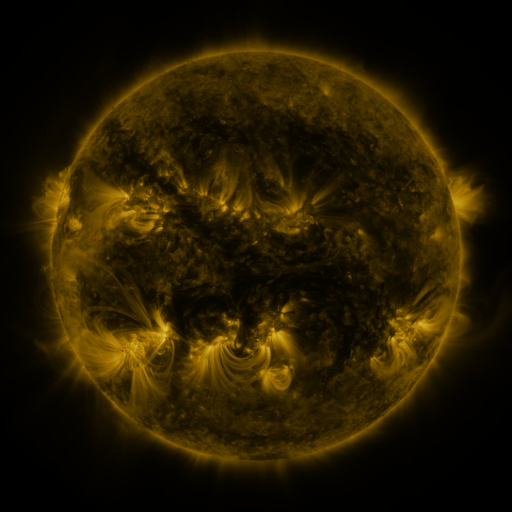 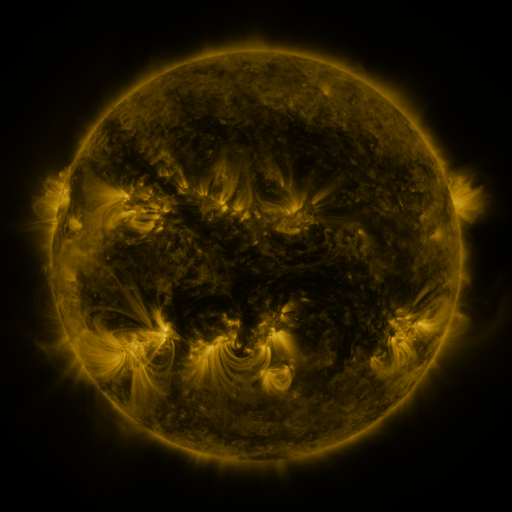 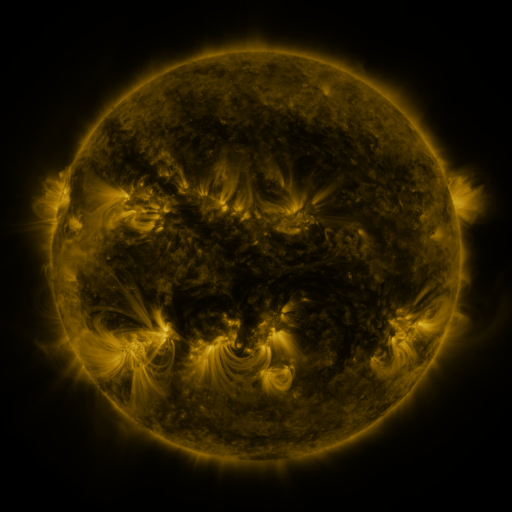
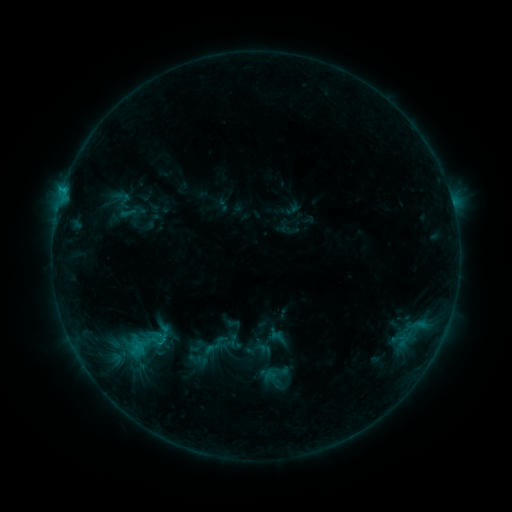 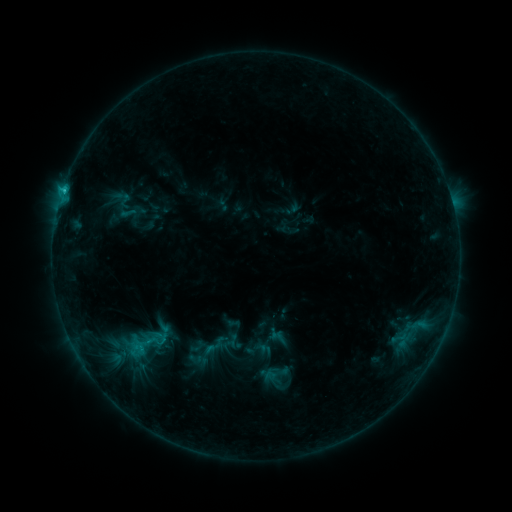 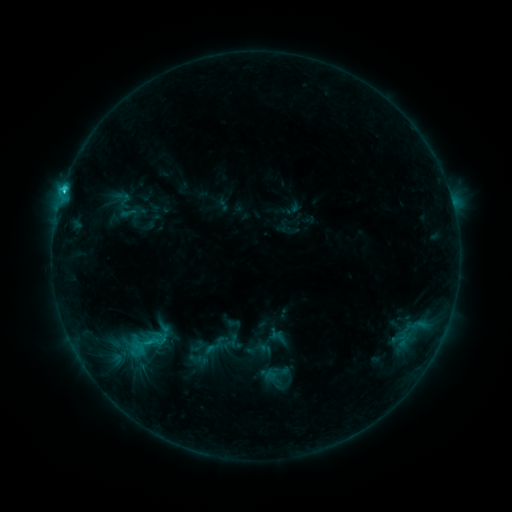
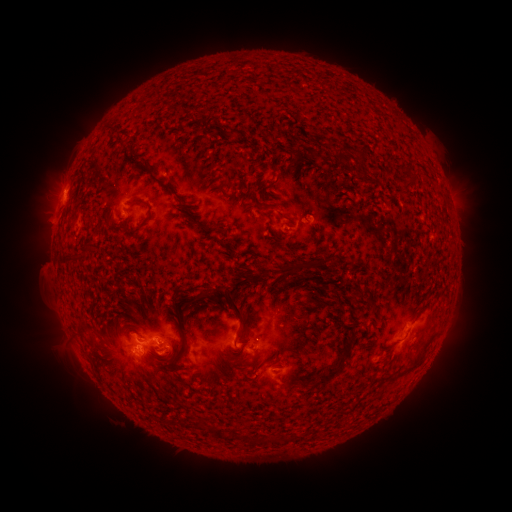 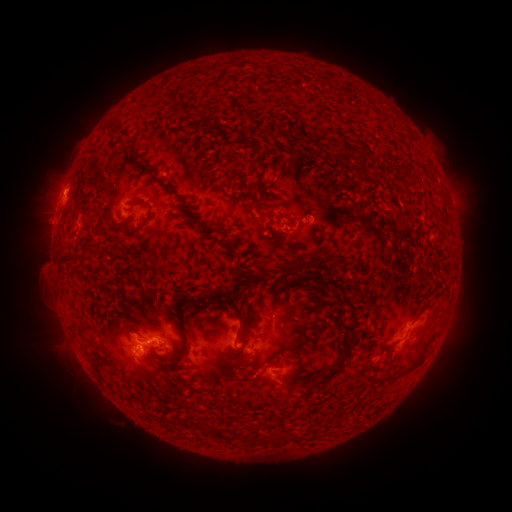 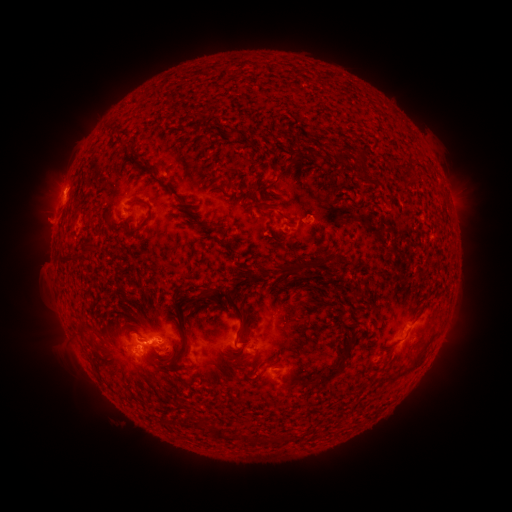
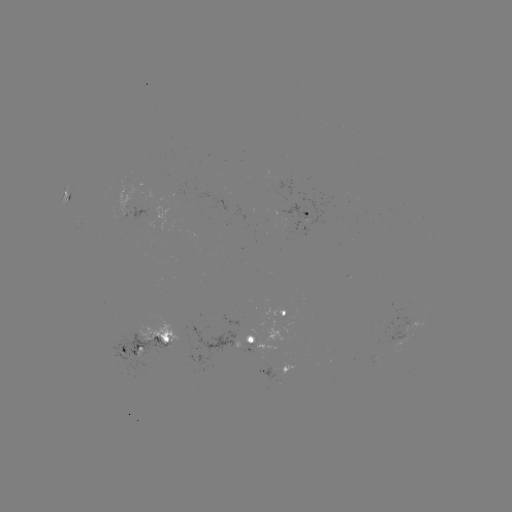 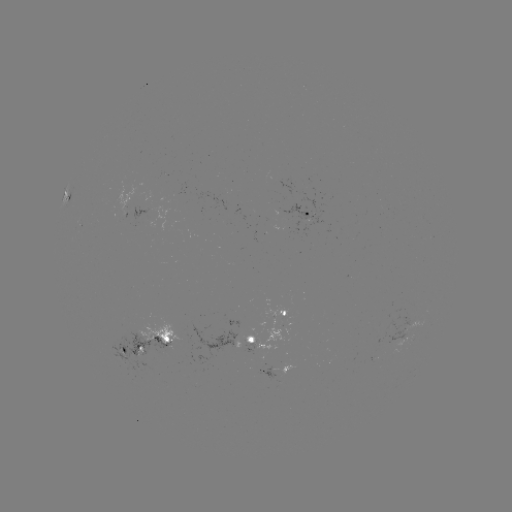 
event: flare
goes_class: C1.9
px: (64, 192)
